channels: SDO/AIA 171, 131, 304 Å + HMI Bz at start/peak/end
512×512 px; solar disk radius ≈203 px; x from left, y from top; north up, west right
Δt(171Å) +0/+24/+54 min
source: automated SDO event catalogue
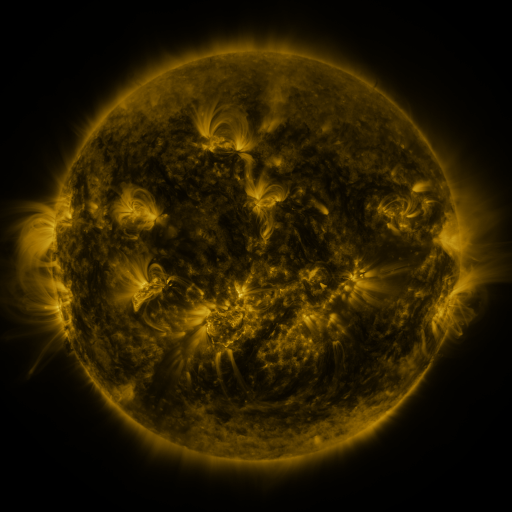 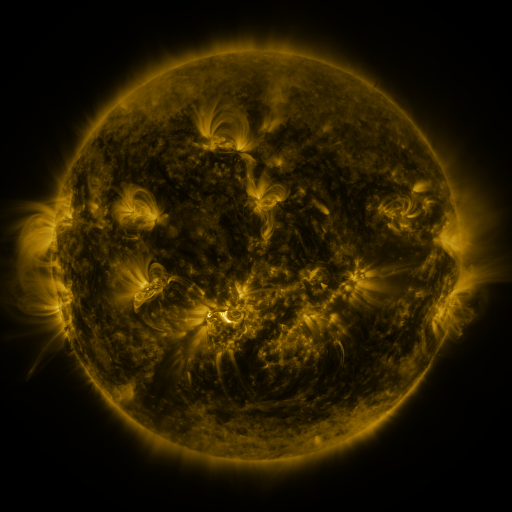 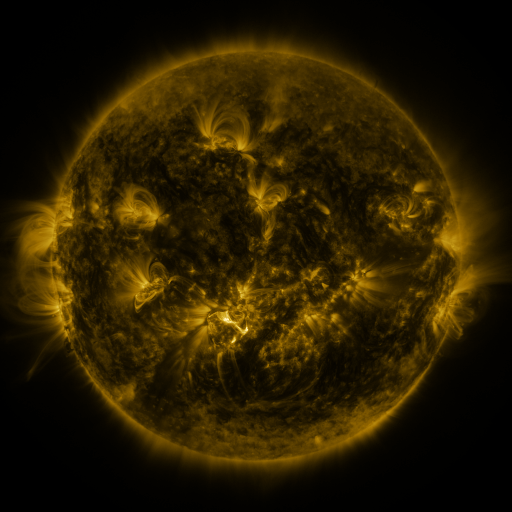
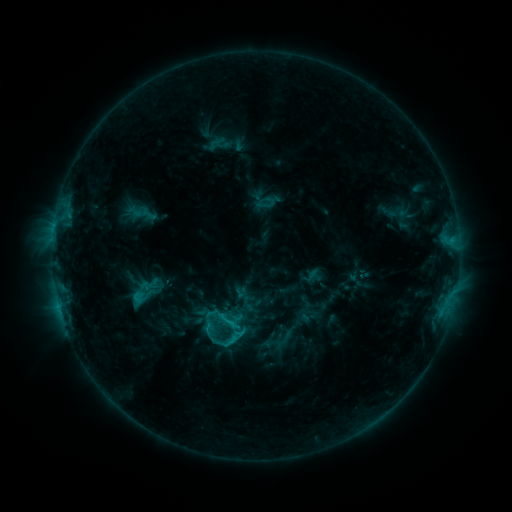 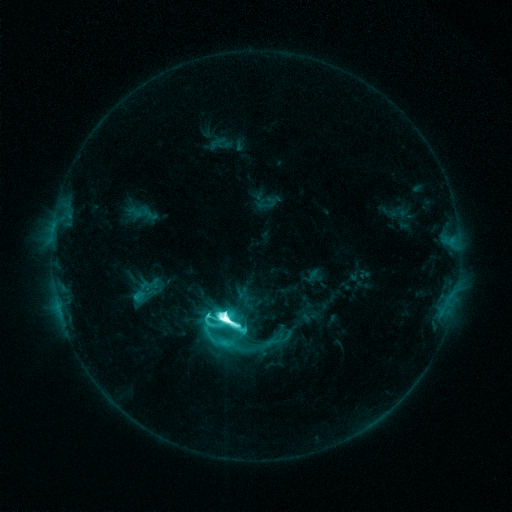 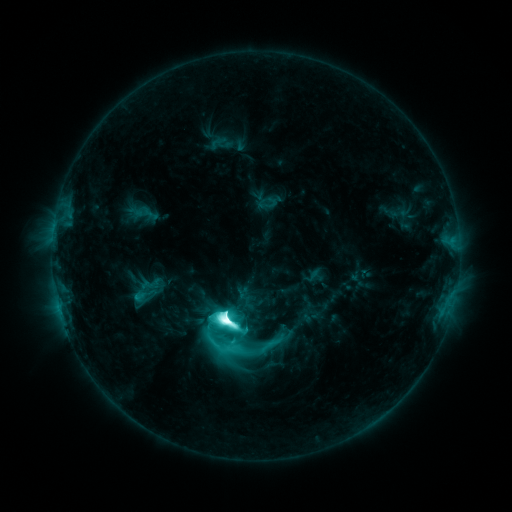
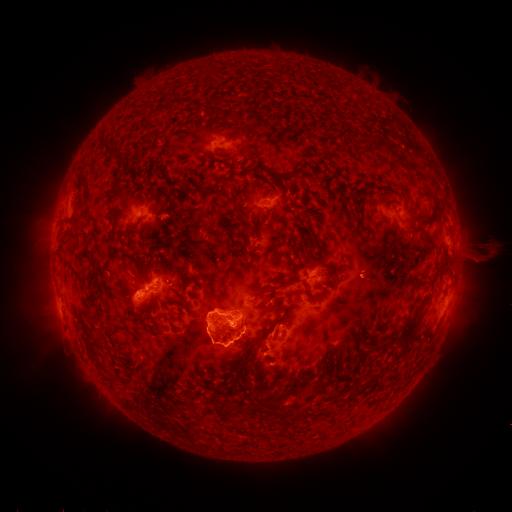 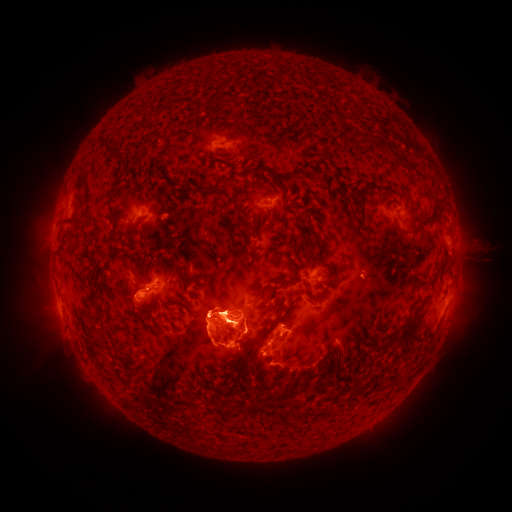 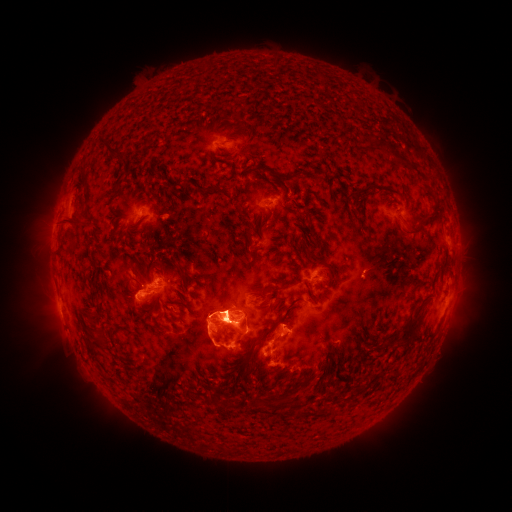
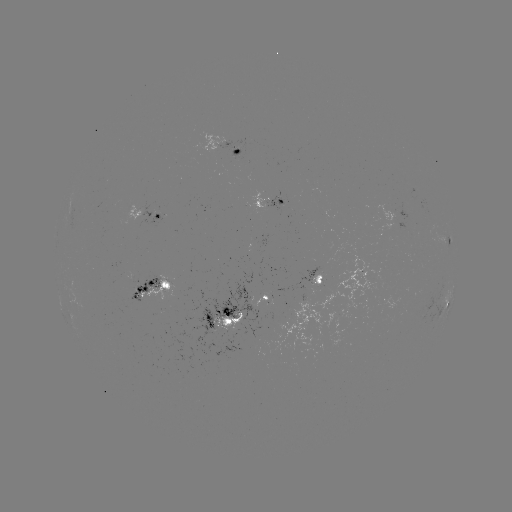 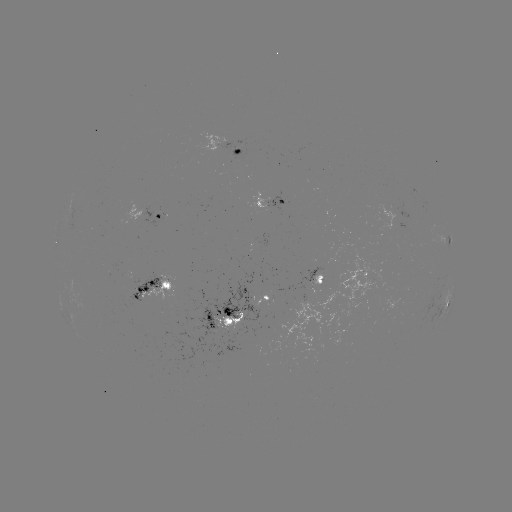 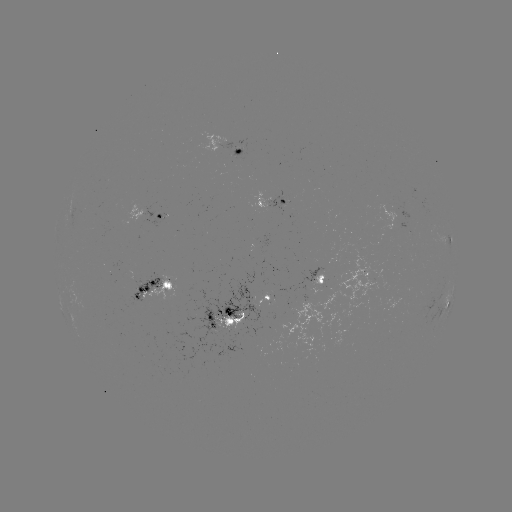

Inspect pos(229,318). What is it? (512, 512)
M8.7 flare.